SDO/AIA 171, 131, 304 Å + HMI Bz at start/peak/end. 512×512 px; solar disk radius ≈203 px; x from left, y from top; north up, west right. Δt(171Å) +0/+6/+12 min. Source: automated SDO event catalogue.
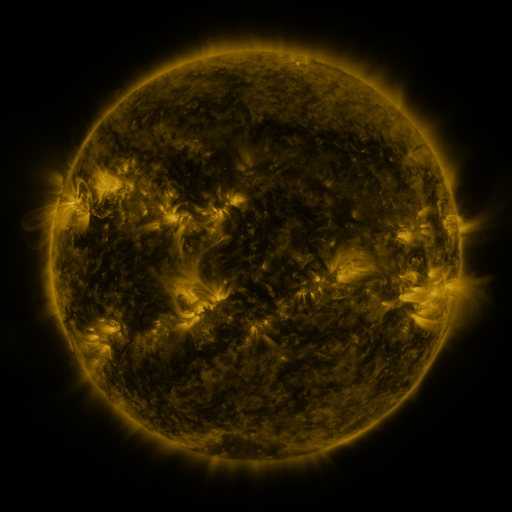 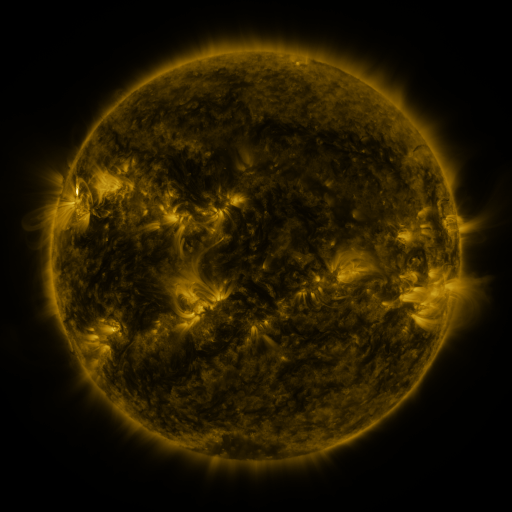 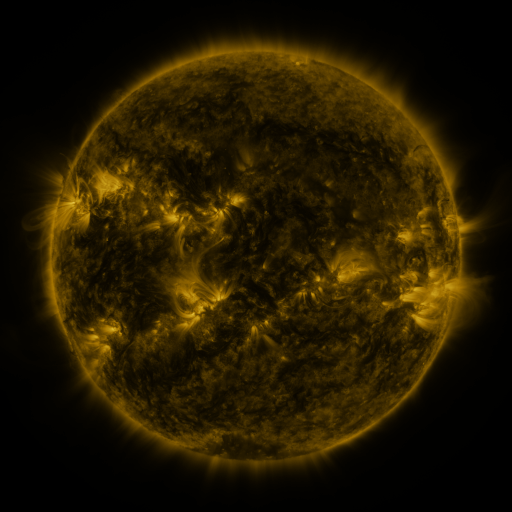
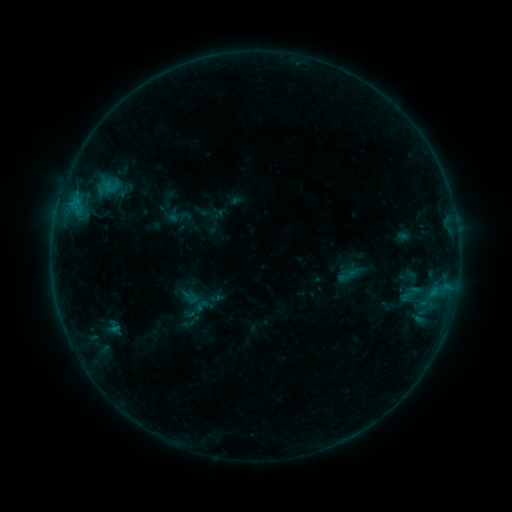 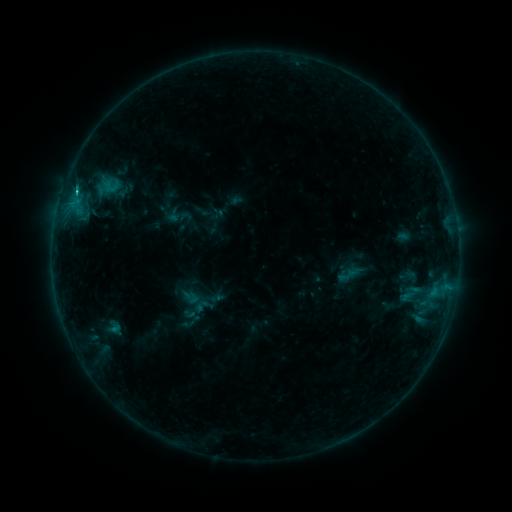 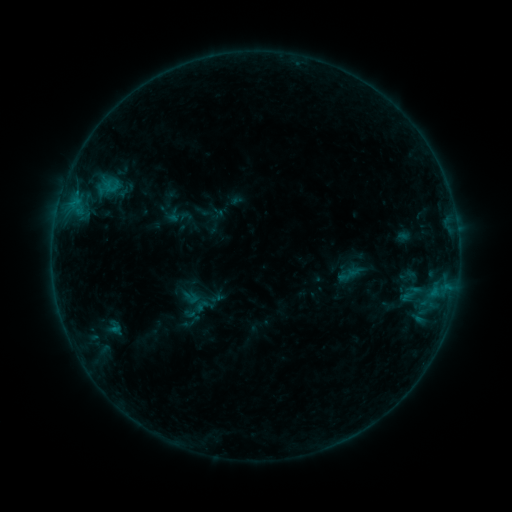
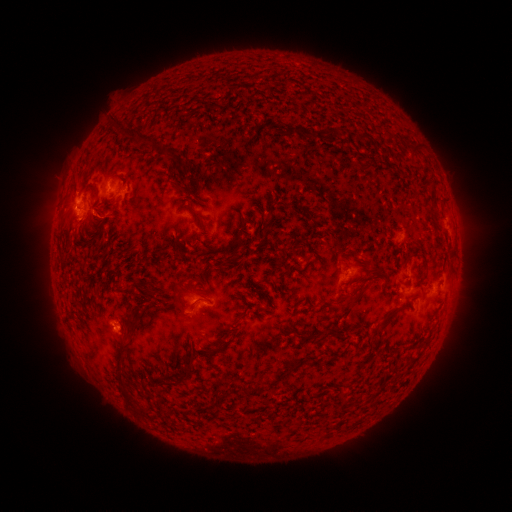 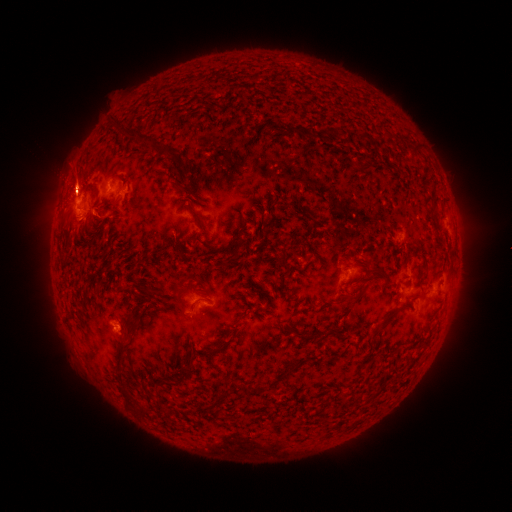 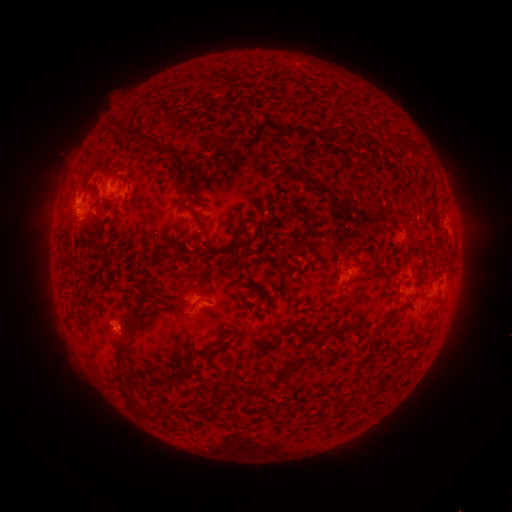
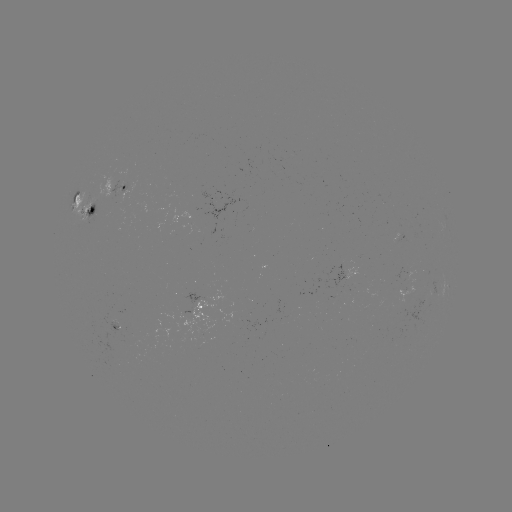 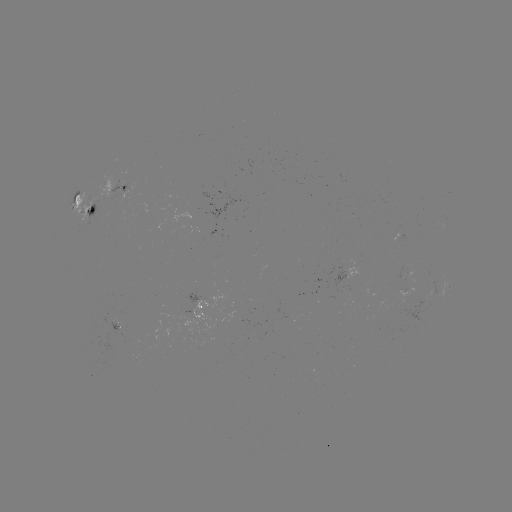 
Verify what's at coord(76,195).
B7.5 flare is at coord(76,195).